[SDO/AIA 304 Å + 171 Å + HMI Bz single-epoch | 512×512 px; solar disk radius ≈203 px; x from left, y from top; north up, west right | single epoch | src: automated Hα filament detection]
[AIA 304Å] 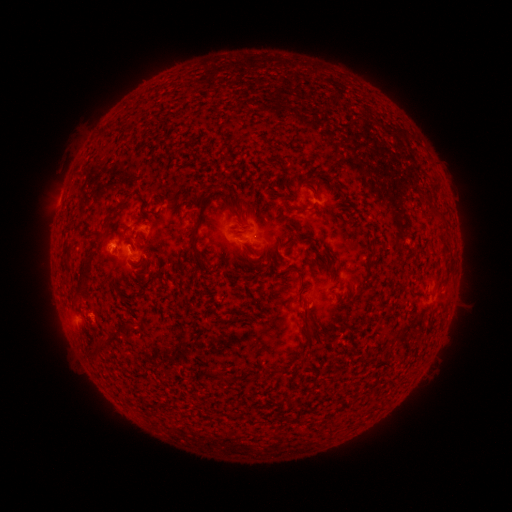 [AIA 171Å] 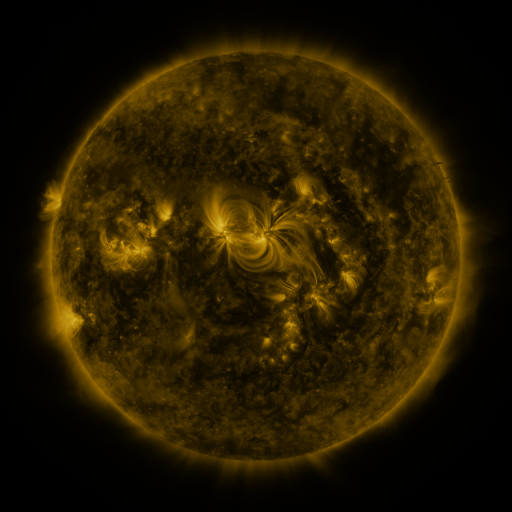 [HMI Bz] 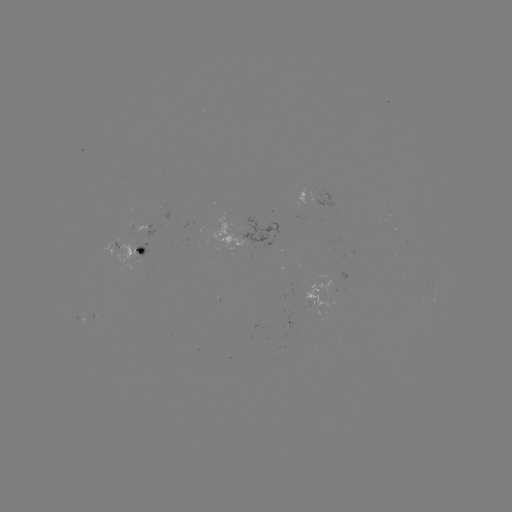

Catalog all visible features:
filament: (324, 175)
filament: (301, 208)
filament: (237, 213)
filament: (438, 213)
filament: (106, 224)
filament: (291, 224)
filament: (195, 230)
filament: (297, 270)
filament: (83, 274)
filament: (307, 319)
filament: (224, 321)
filament: (107, 342)
filament: (310, 343)
